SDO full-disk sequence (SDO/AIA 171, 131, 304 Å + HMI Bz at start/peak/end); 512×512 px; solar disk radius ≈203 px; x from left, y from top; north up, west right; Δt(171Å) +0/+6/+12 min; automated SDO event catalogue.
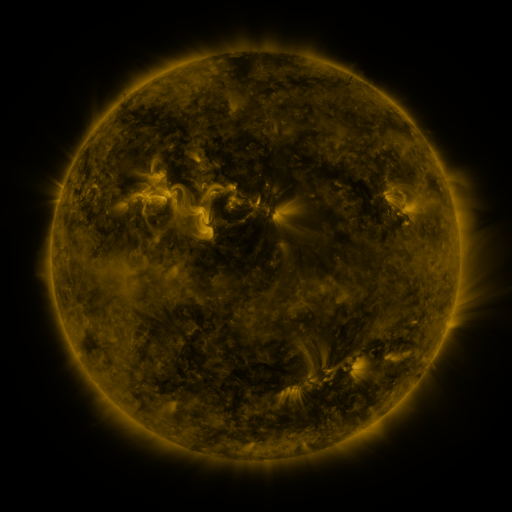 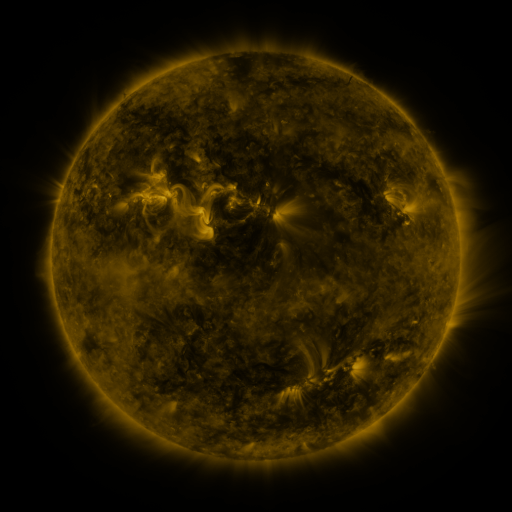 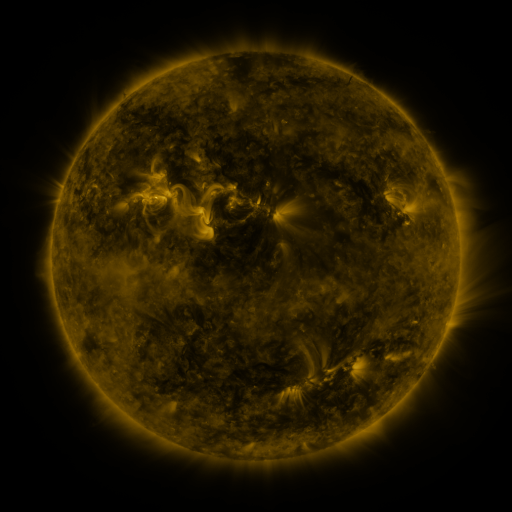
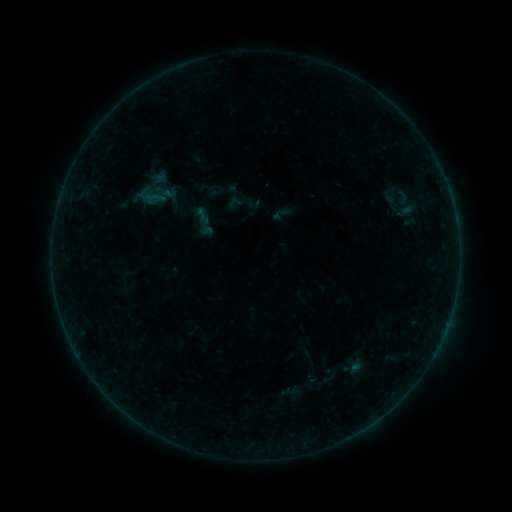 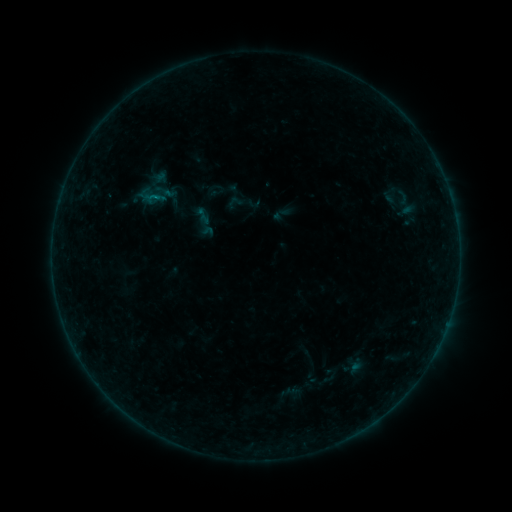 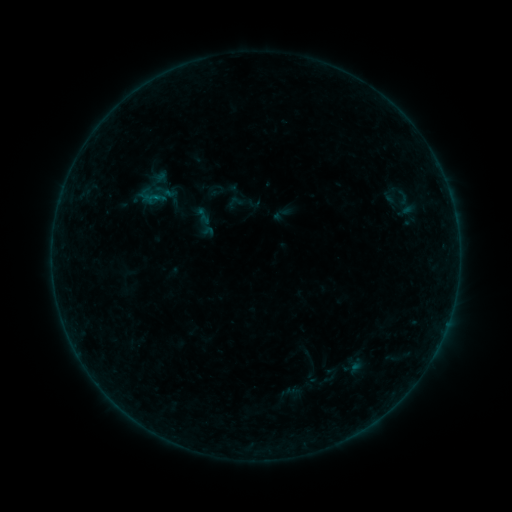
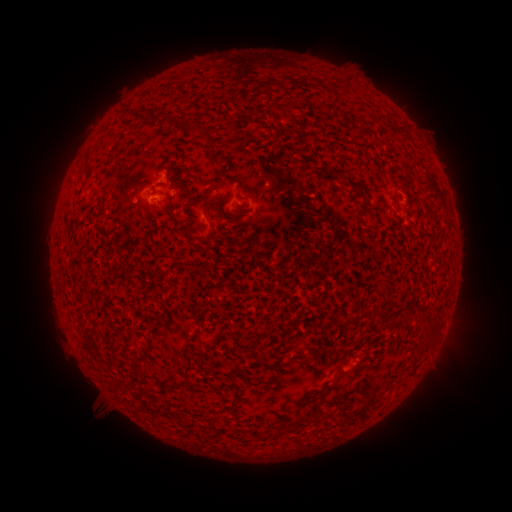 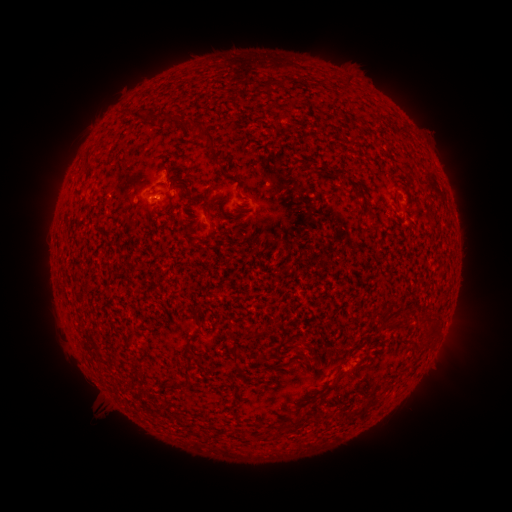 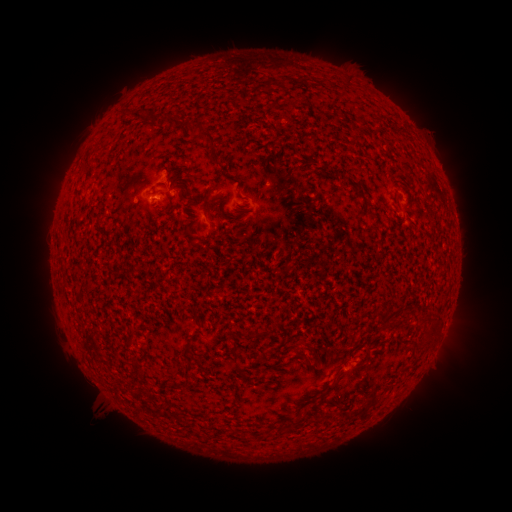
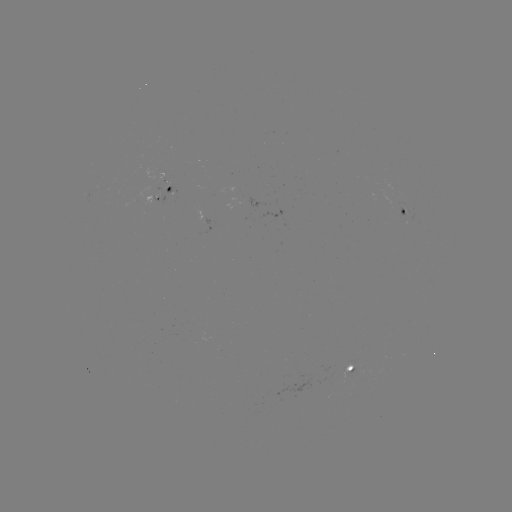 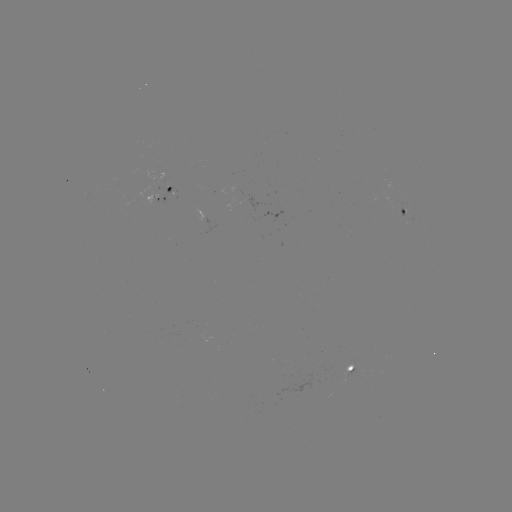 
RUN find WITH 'B1.4 flare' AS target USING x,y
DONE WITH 157,197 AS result